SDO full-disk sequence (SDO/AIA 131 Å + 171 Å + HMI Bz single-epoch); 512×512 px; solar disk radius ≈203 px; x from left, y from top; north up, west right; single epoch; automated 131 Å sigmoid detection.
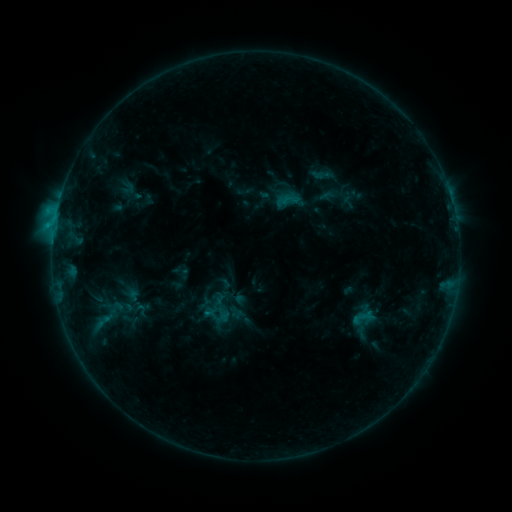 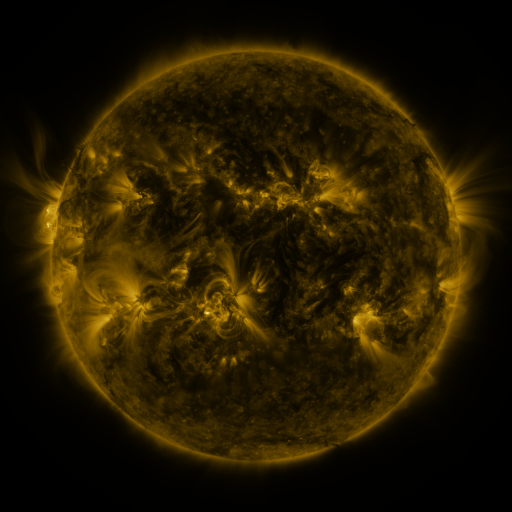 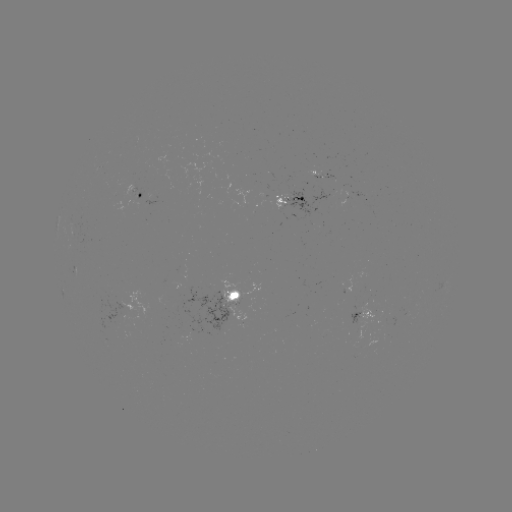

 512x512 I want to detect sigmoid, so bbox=[108, 297, 138, 318].